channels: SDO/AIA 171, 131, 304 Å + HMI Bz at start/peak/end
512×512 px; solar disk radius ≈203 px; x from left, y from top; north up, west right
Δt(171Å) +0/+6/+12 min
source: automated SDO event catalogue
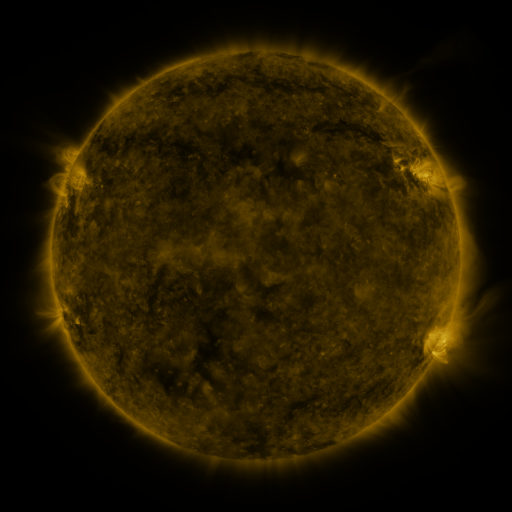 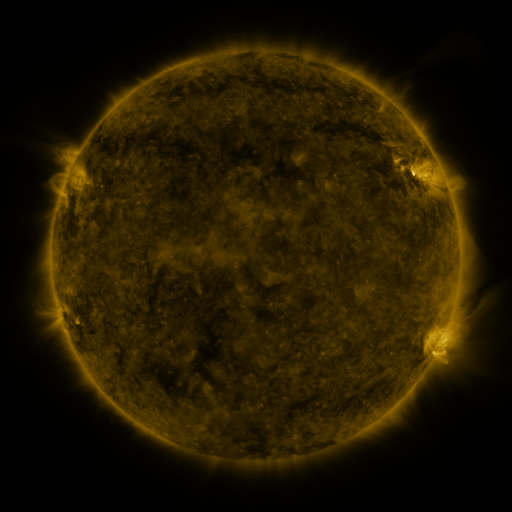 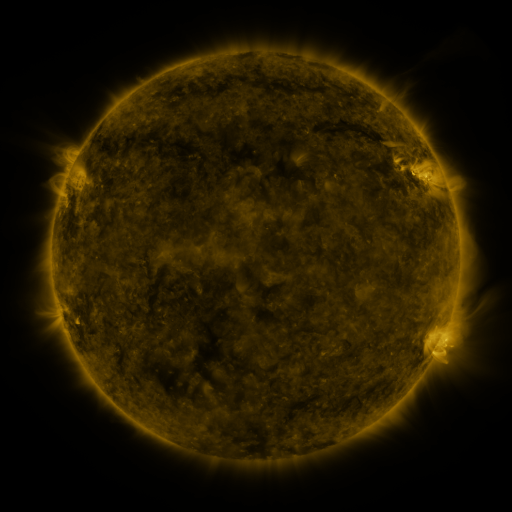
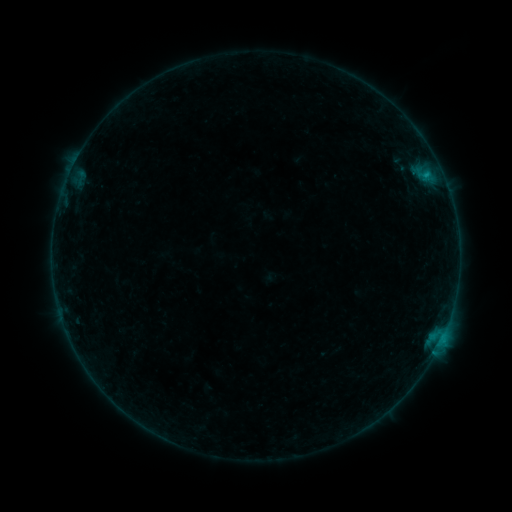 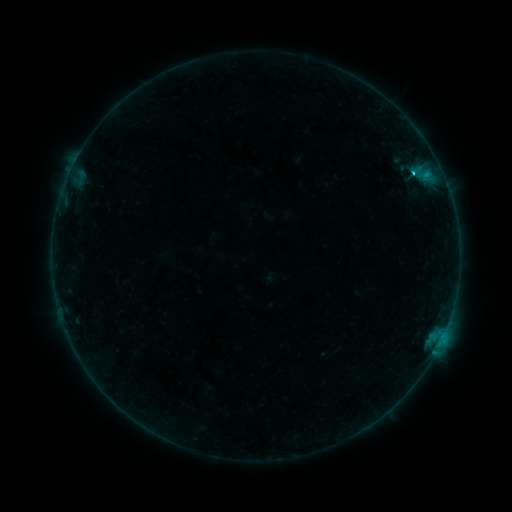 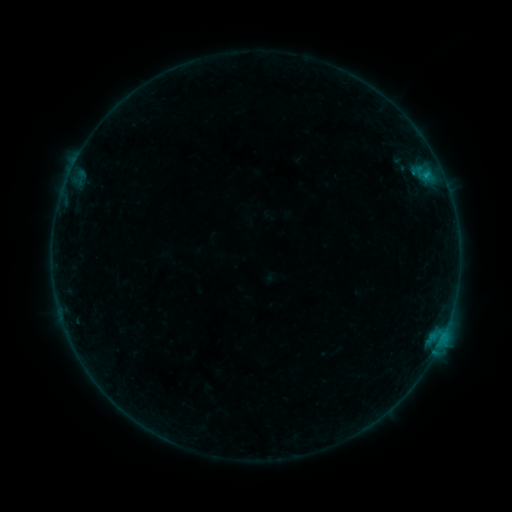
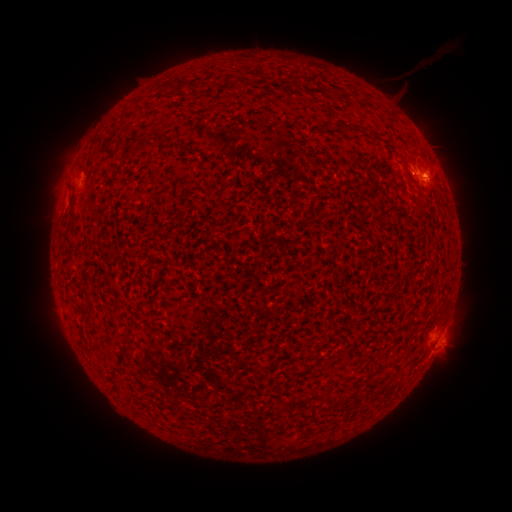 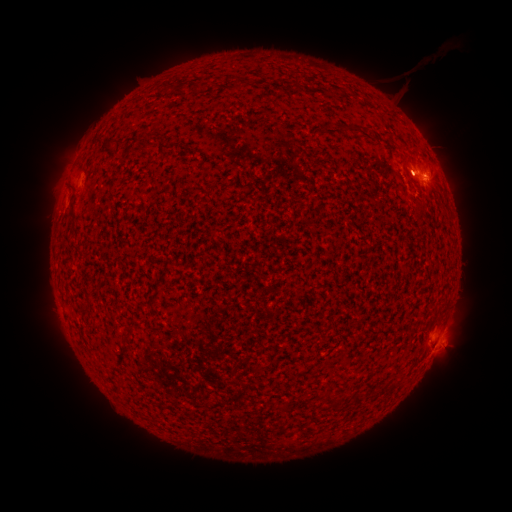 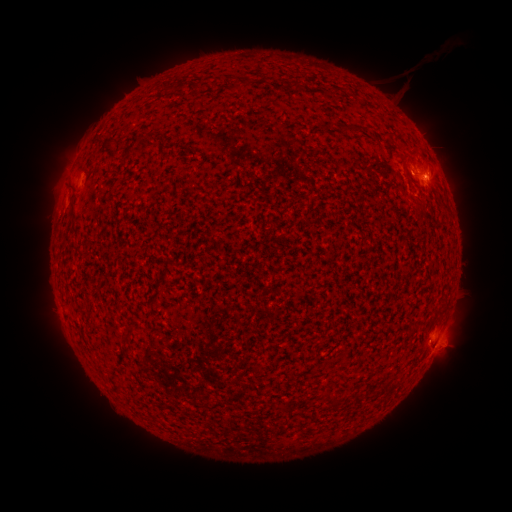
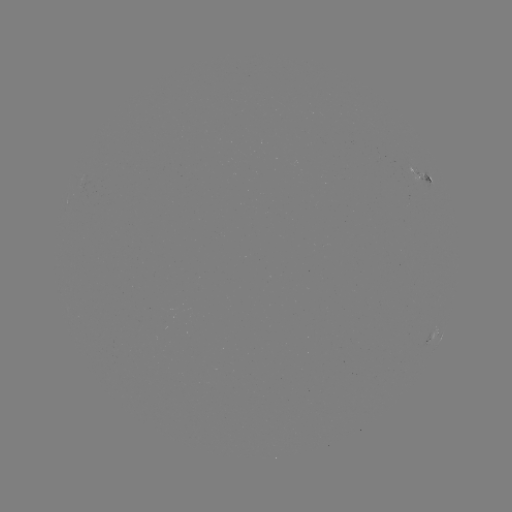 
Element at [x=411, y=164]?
eruption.